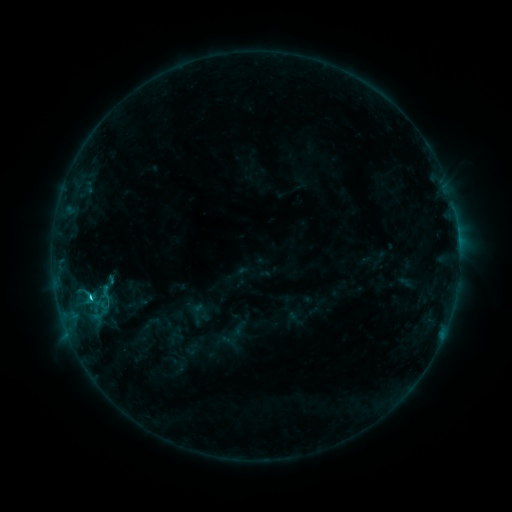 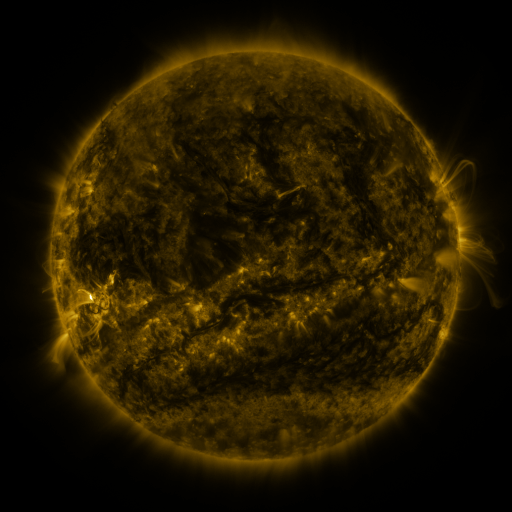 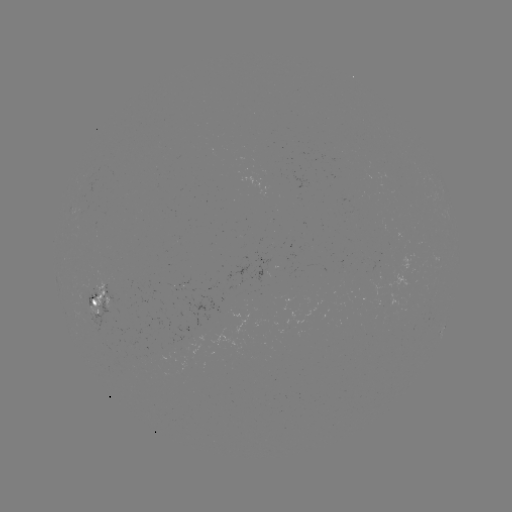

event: sigmoid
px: (197, 313)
